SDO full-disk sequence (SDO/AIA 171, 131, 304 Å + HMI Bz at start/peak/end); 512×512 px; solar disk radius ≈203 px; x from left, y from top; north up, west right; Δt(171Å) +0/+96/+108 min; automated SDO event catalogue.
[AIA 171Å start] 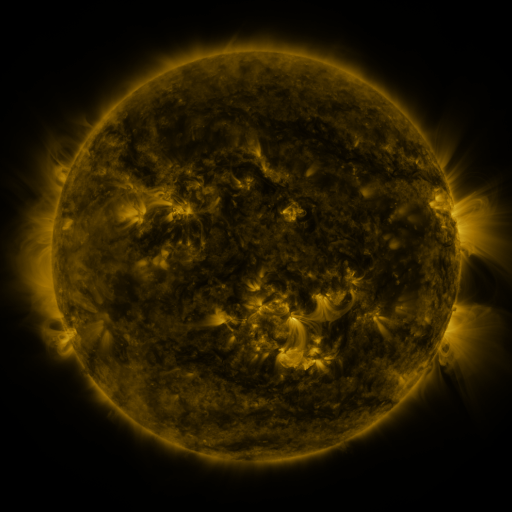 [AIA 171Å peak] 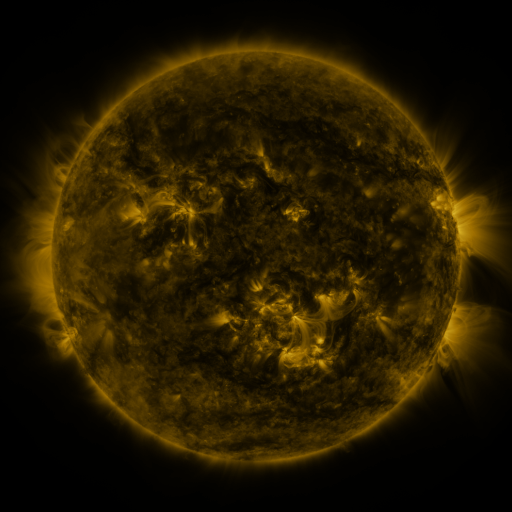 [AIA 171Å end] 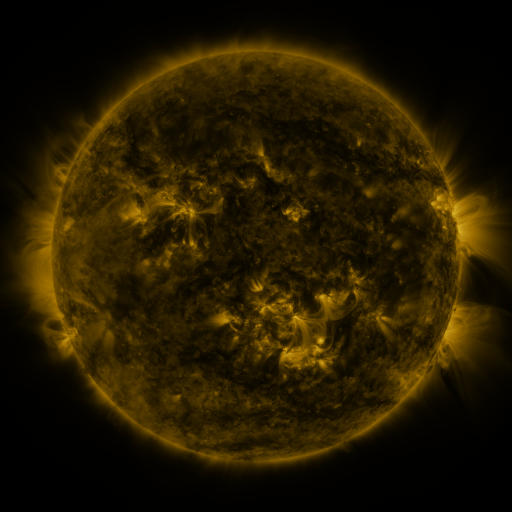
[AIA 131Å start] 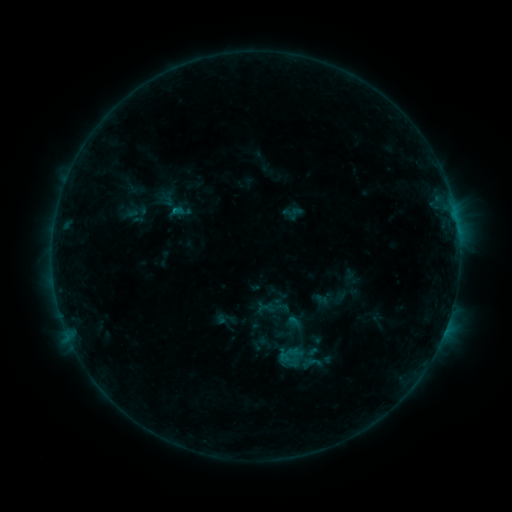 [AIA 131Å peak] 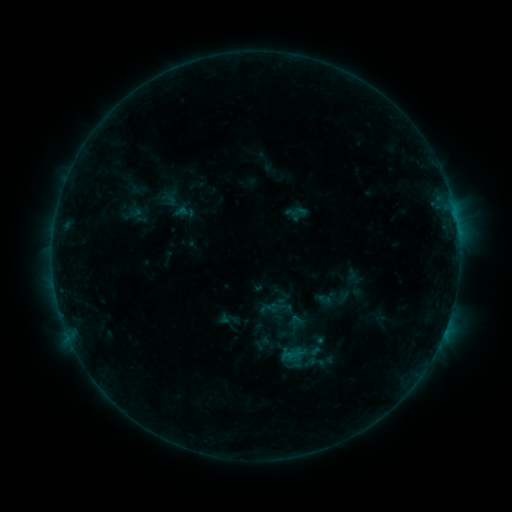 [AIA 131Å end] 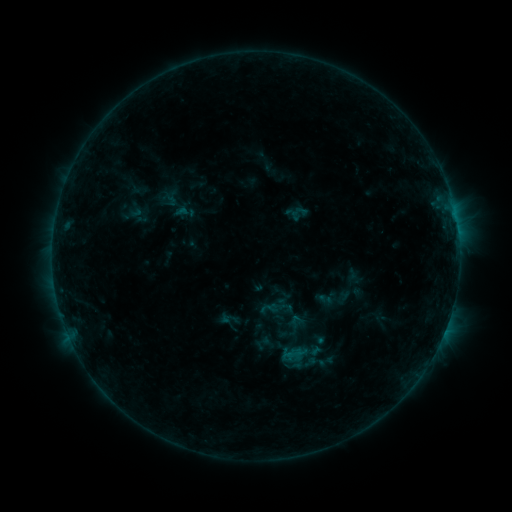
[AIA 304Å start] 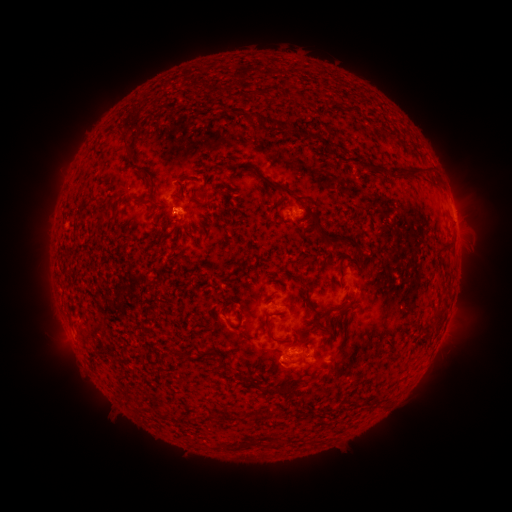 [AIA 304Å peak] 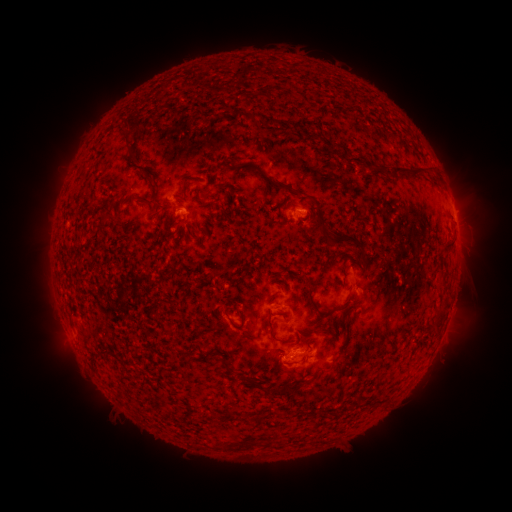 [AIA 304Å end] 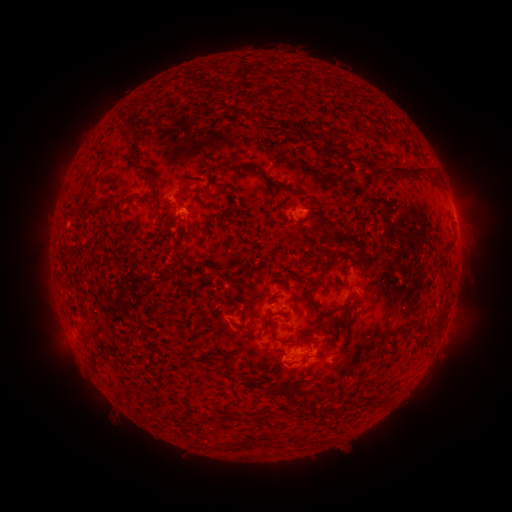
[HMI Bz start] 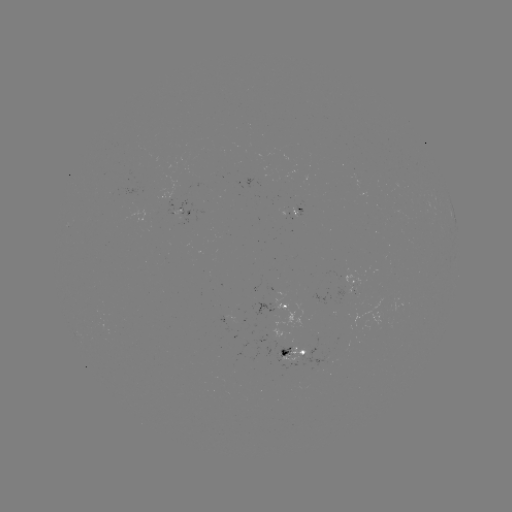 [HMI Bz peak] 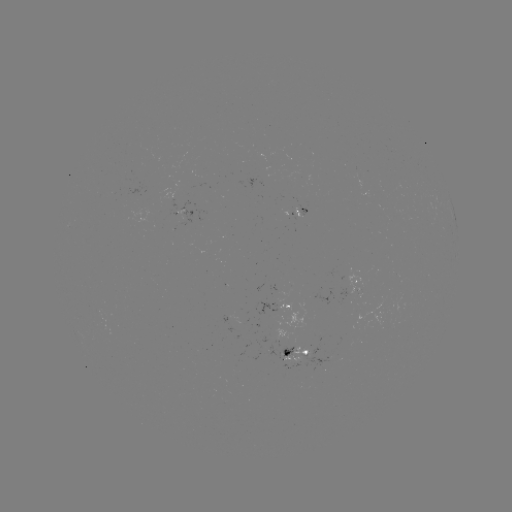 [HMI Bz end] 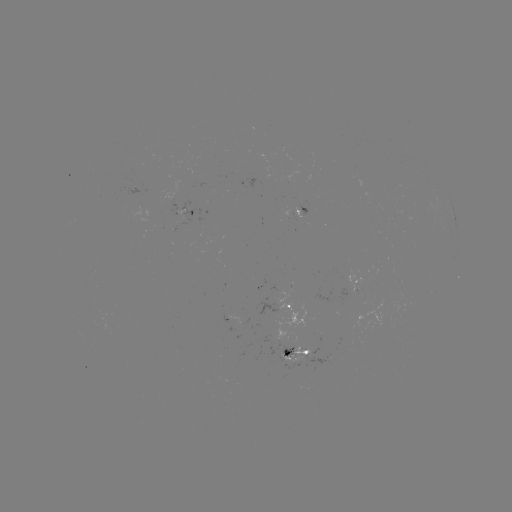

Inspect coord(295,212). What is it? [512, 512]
emerging-flux region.